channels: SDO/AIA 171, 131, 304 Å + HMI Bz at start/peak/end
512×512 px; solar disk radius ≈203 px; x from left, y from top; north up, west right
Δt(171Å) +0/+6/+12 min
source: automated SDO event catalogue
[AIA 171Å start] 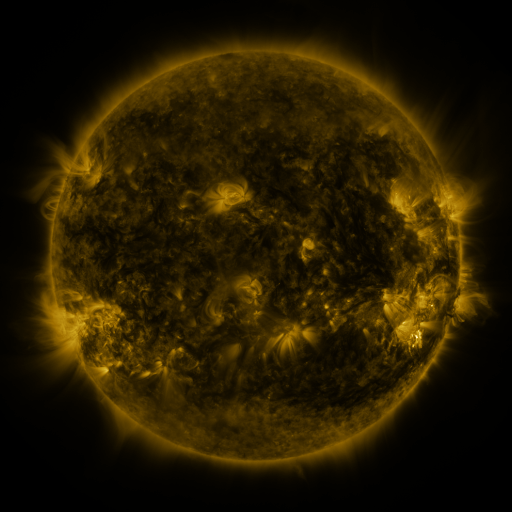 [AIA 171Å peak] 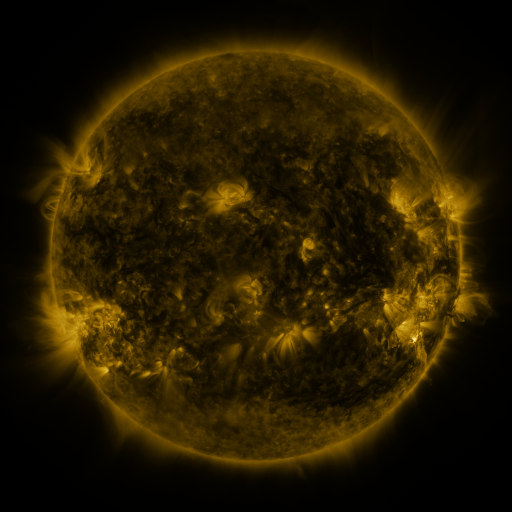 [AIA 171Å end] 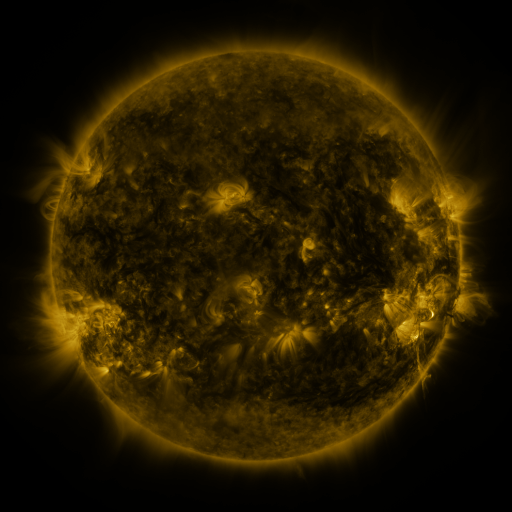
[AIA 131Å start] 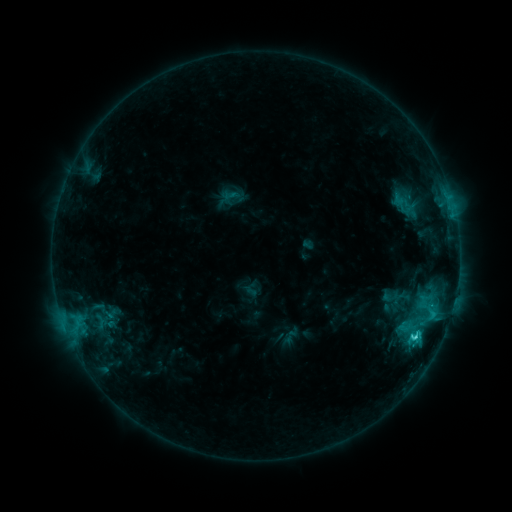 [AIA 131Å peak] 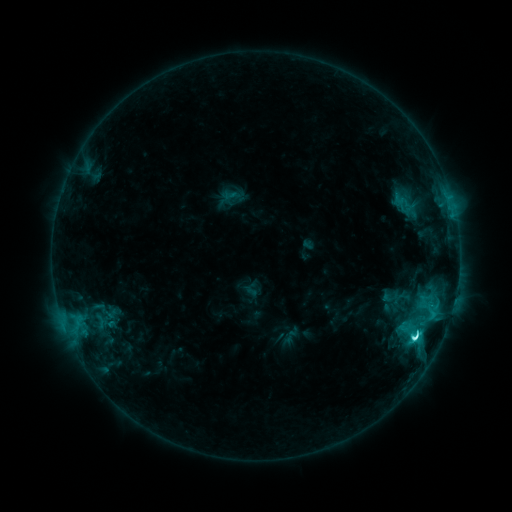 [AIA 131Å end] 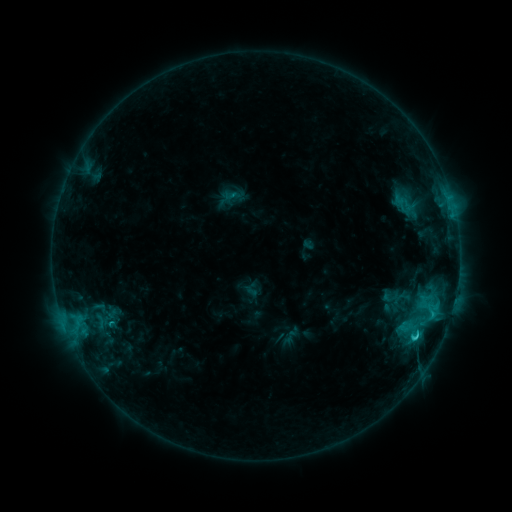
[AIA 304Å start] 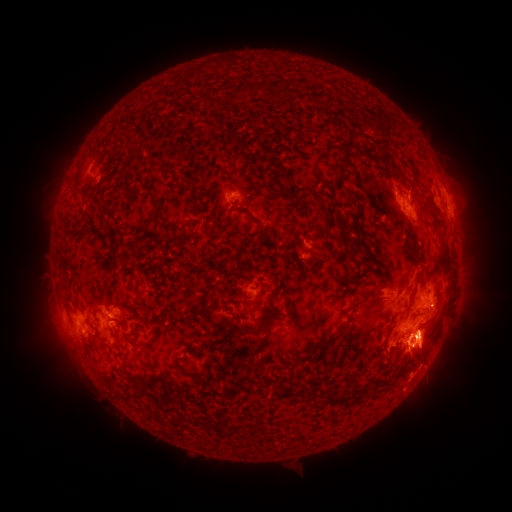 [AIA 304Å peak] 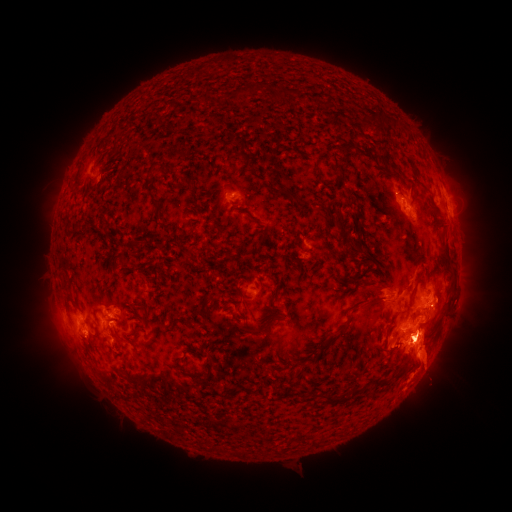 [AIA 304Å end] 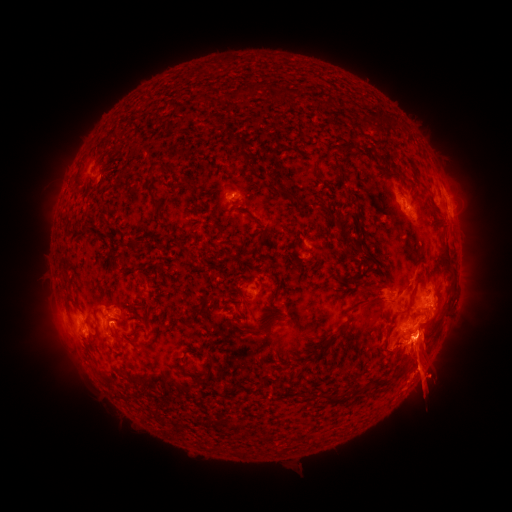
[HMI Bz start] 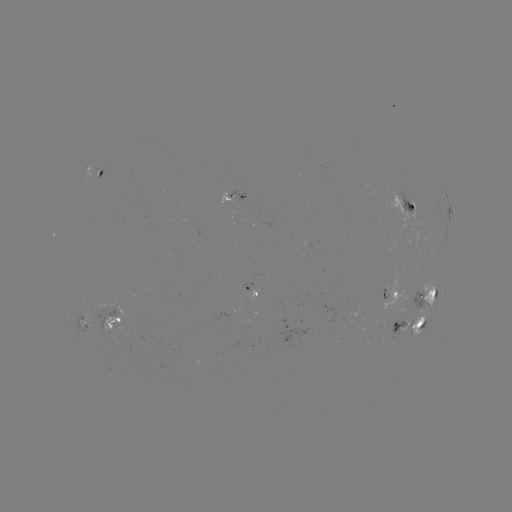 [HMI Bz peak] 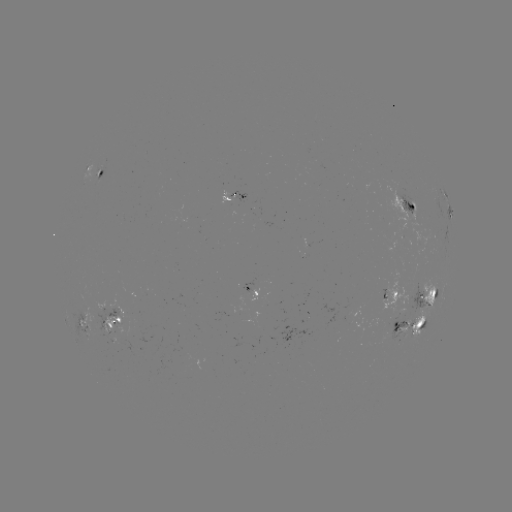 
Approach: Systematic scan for C6.1 flare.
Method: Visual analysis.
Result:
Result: C6.1 flare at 414,336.